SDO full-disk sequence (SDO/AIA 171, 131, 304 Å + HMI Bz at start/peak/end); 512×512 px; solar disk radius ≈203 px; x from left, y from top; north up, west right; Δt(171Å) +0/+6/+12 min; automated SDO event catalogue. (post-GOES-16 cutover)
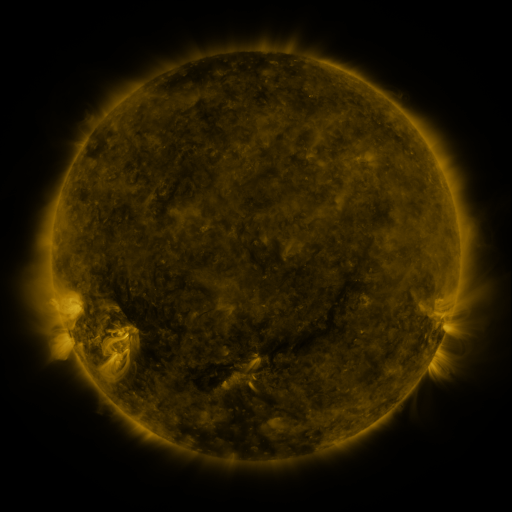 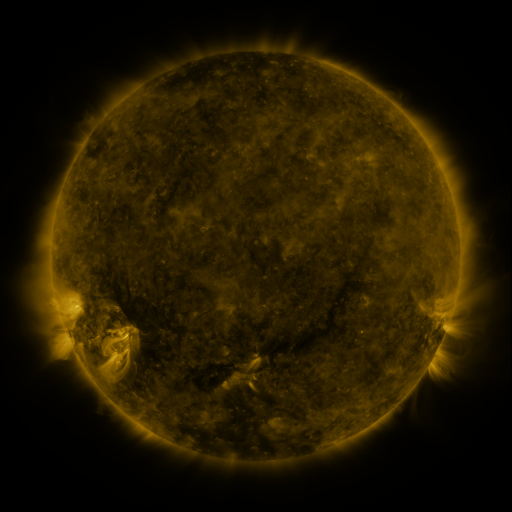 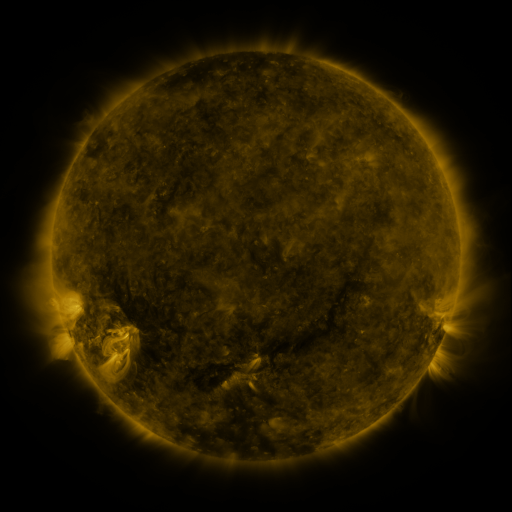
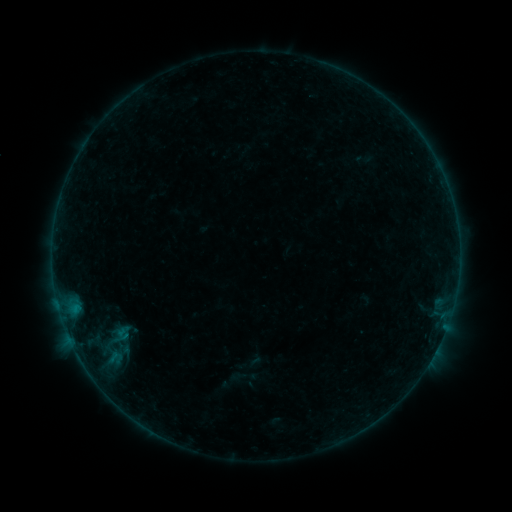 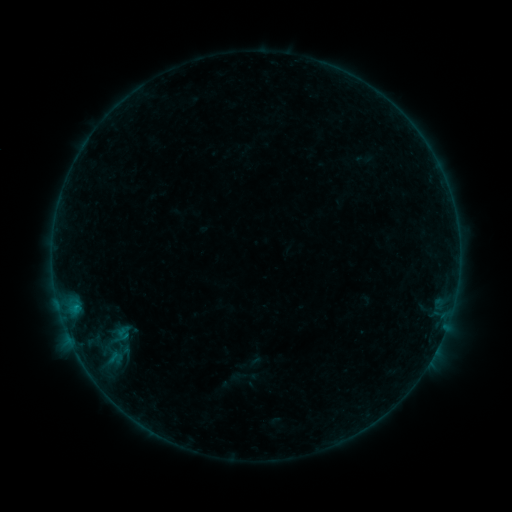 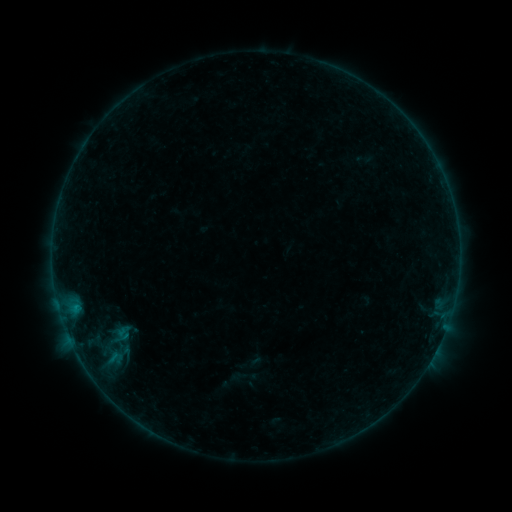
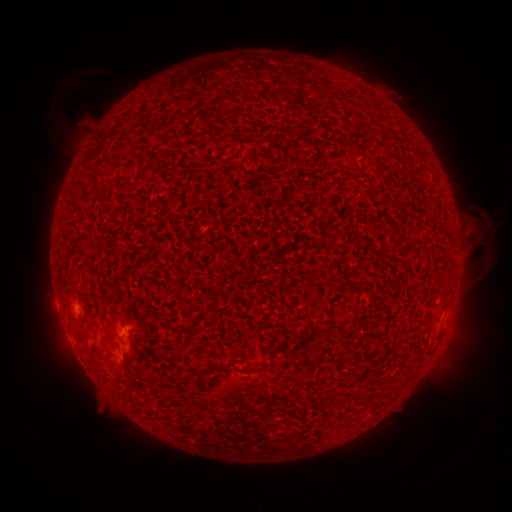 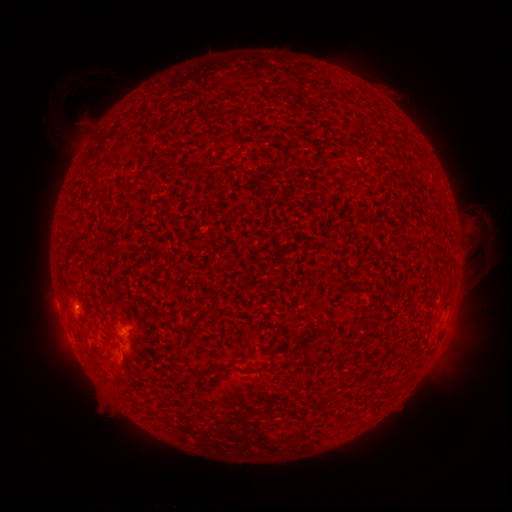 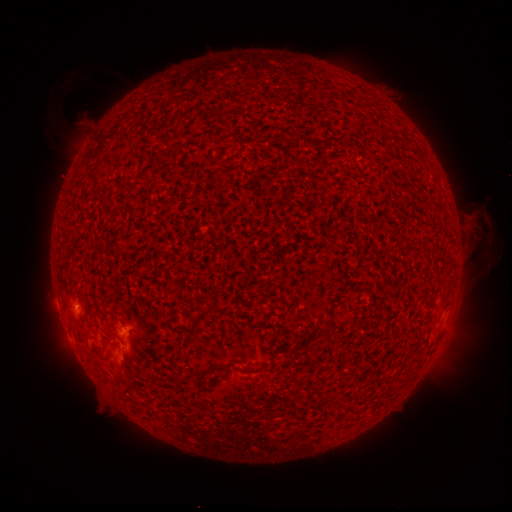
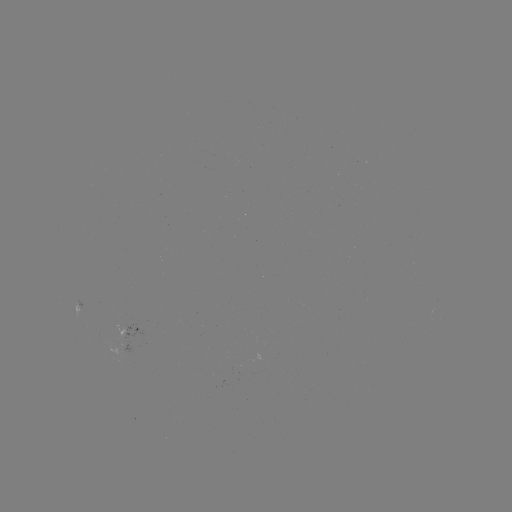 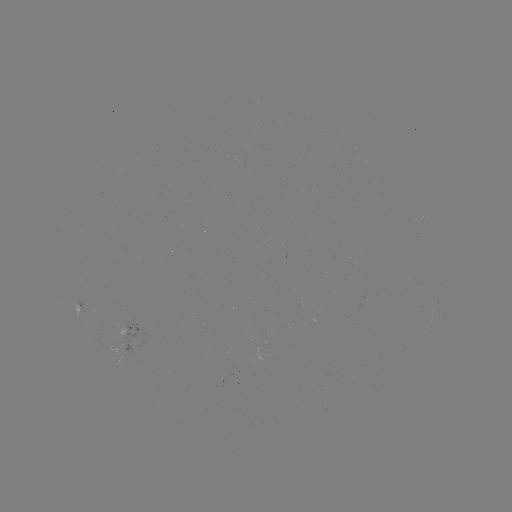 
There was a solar flare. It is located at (75, 303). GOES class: B2.0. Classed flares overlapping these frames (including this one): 1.